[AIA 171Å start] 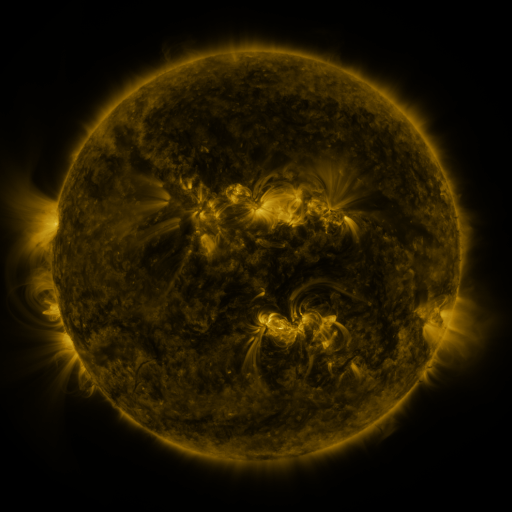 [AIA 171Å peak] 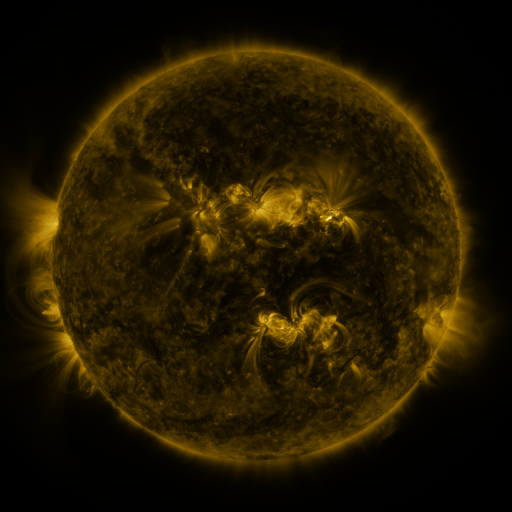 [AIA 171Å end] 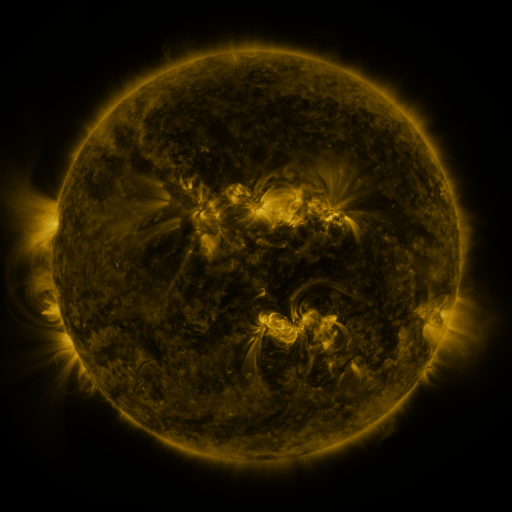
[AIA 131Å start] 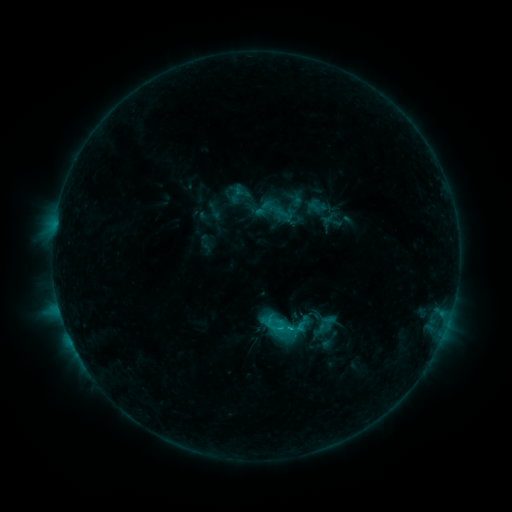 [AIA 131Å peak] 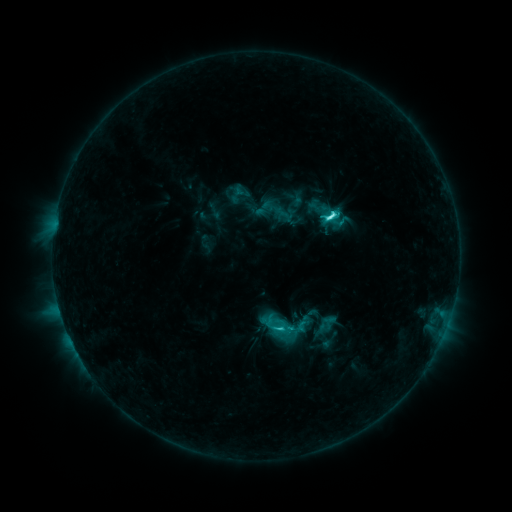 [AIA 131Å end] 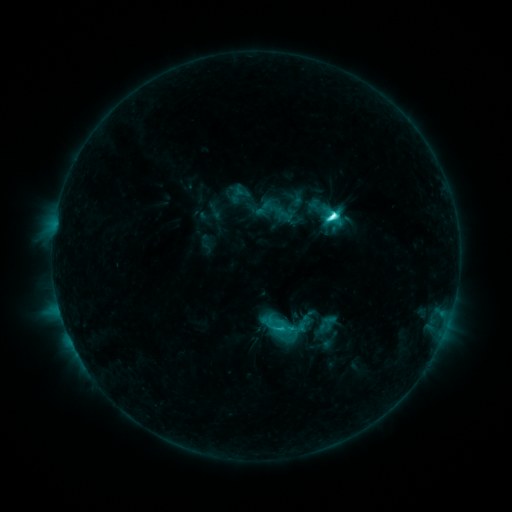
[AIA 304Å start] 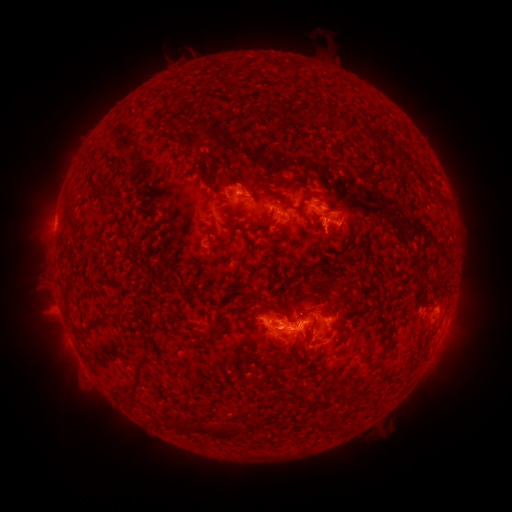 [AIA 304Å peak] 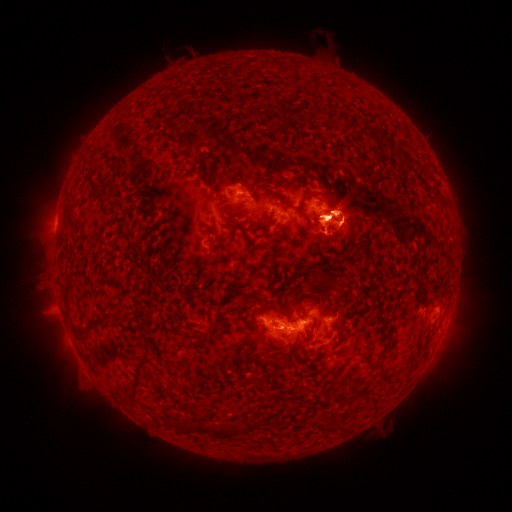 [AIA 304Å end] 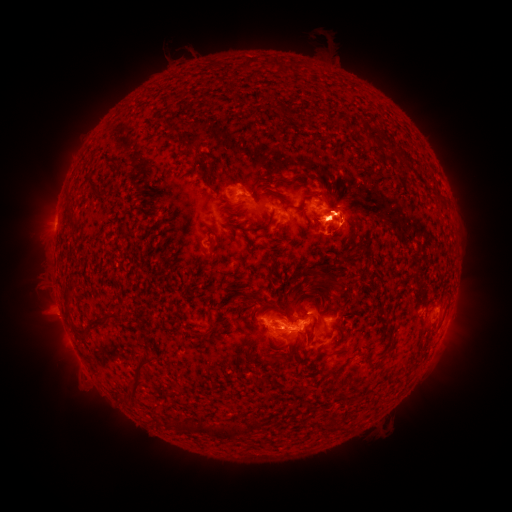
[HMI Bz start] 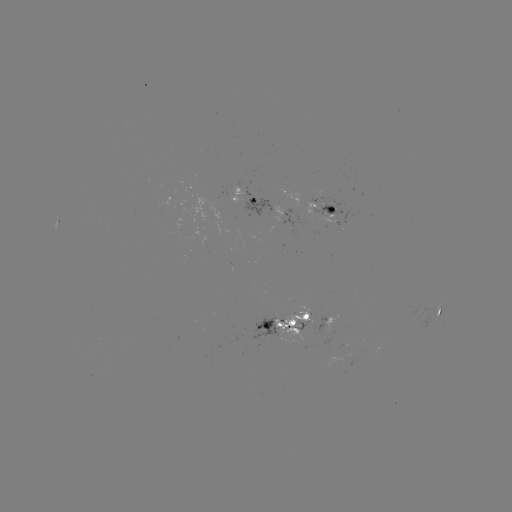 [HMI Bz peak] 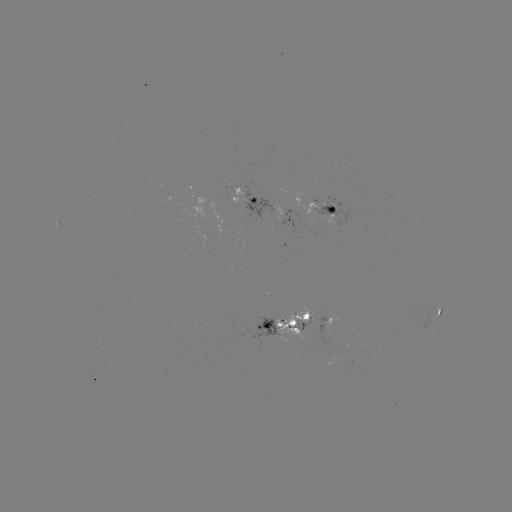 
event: eruption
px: (335, 239)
